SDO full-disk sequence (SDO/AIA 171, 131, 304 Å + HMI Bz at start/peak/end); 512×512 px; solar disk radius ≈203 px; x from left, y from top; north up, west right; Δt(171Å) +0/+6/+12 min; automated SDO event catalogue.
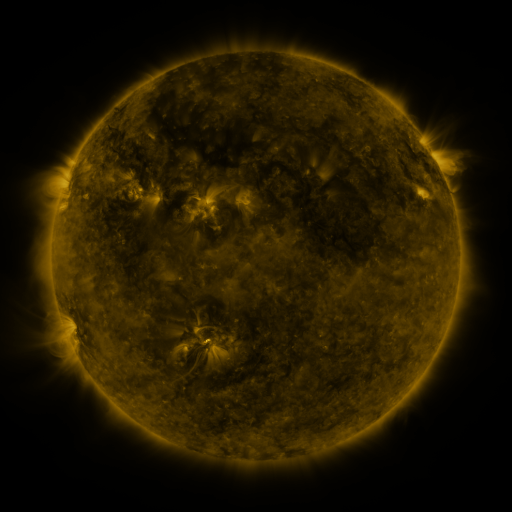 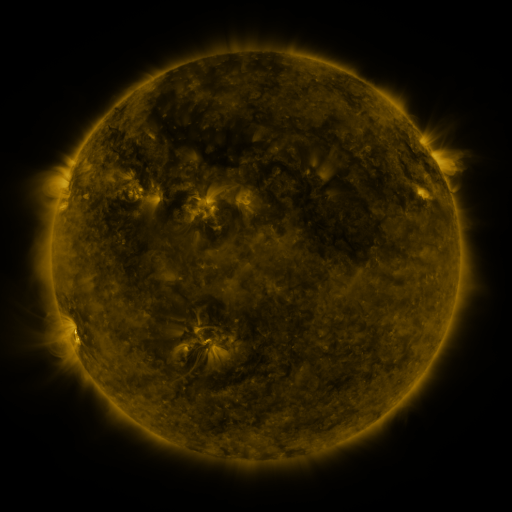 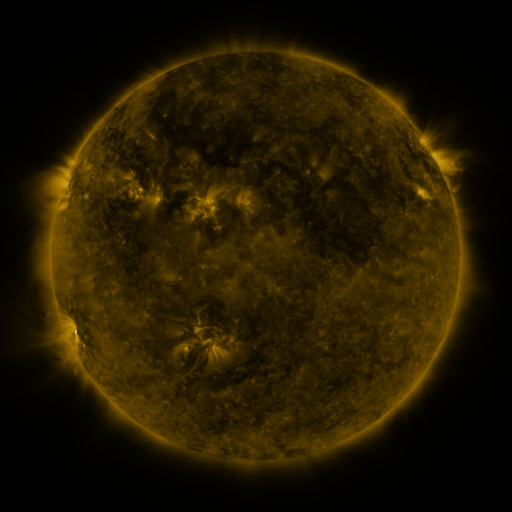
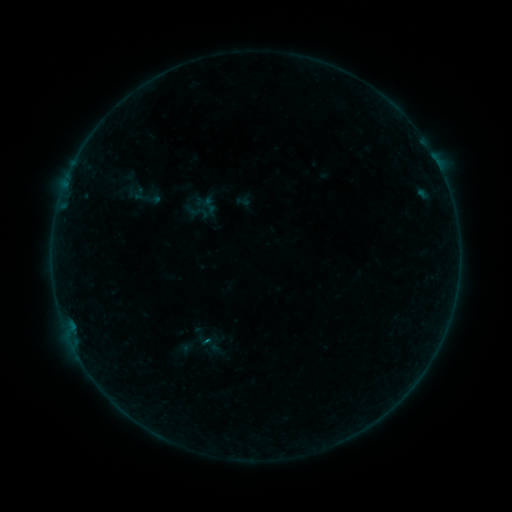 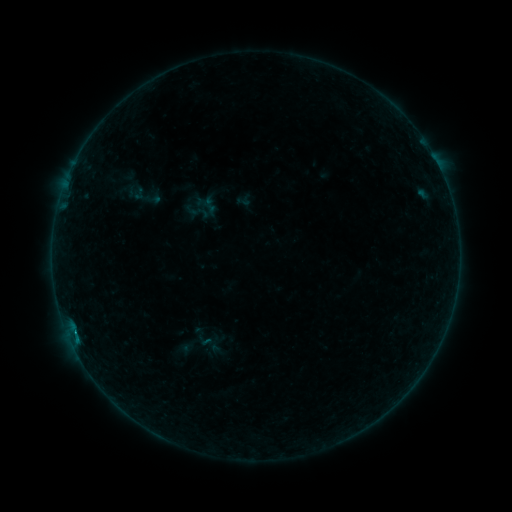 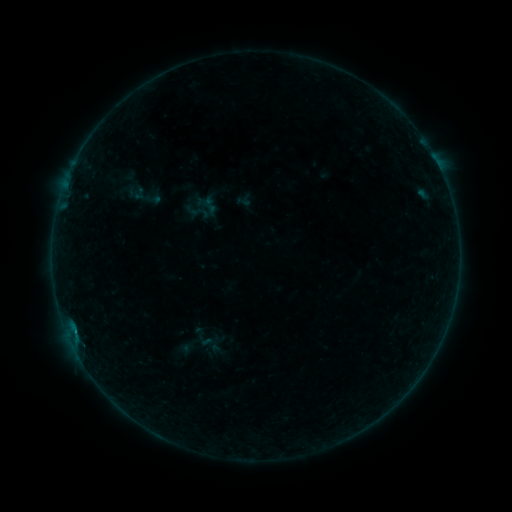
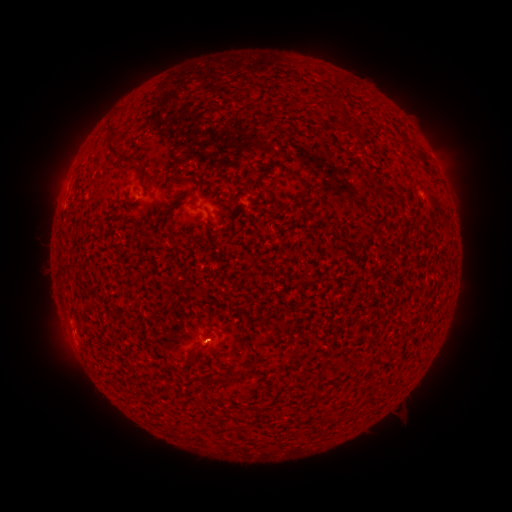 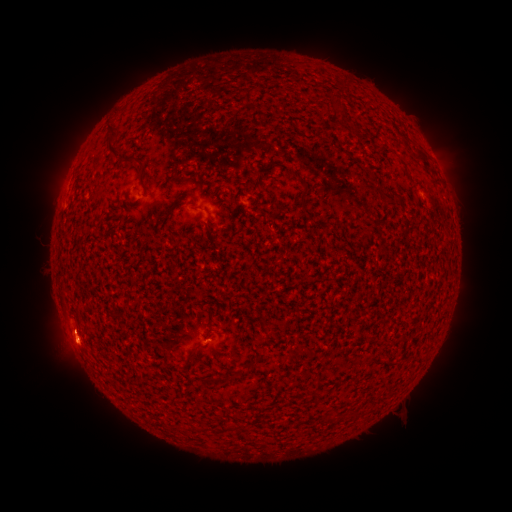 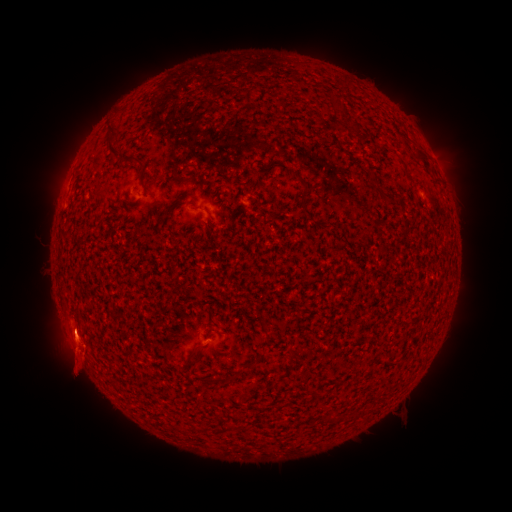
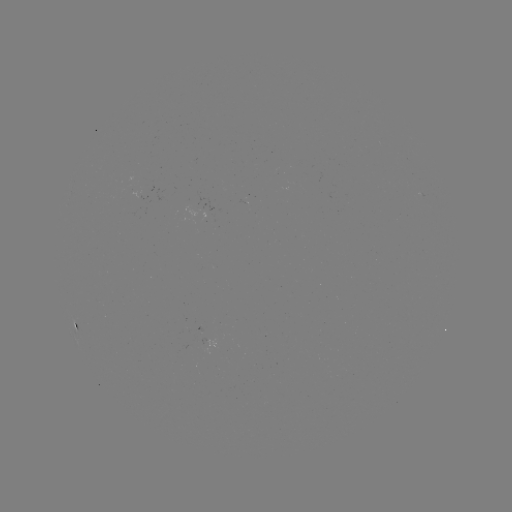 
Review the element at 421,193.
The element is B1.5 flare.